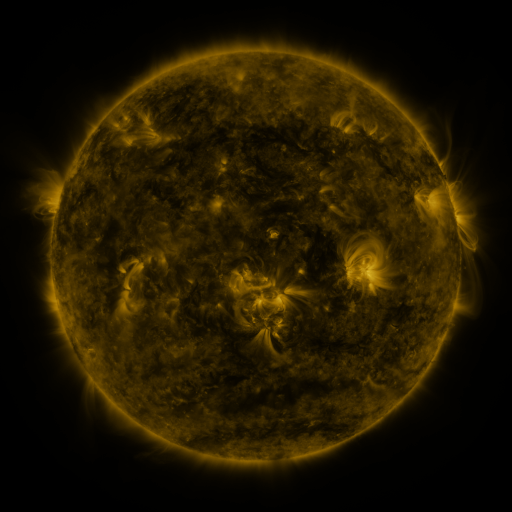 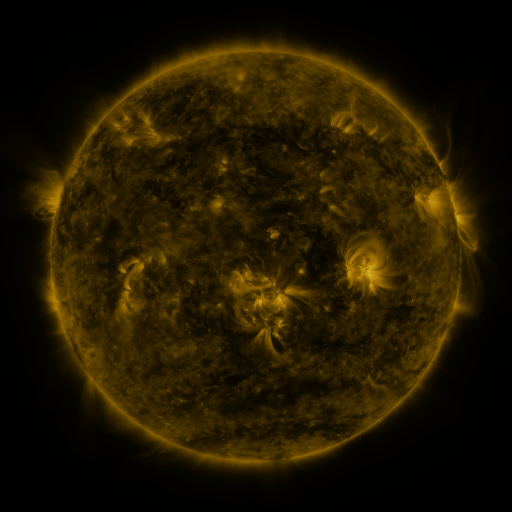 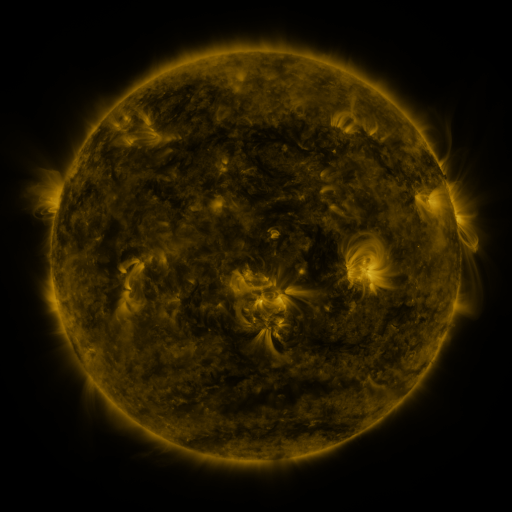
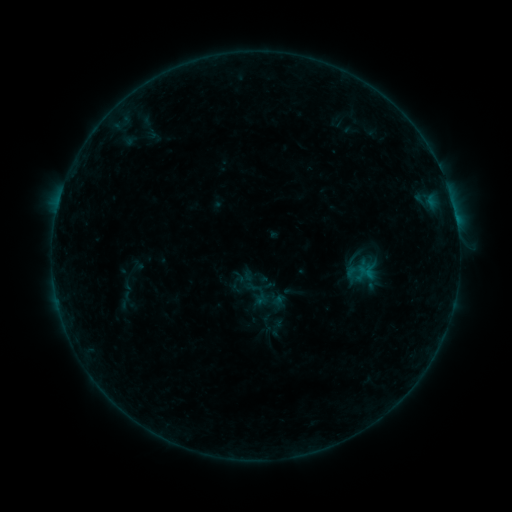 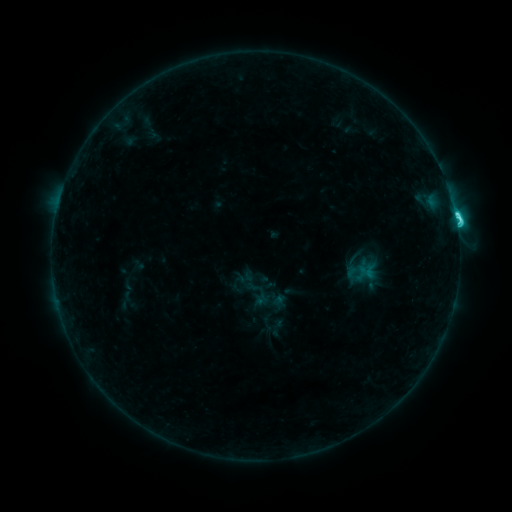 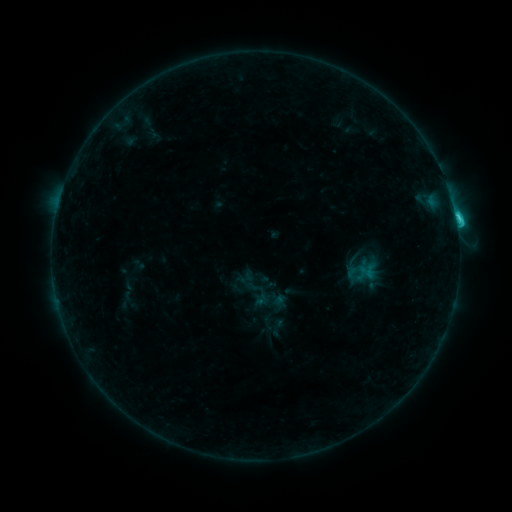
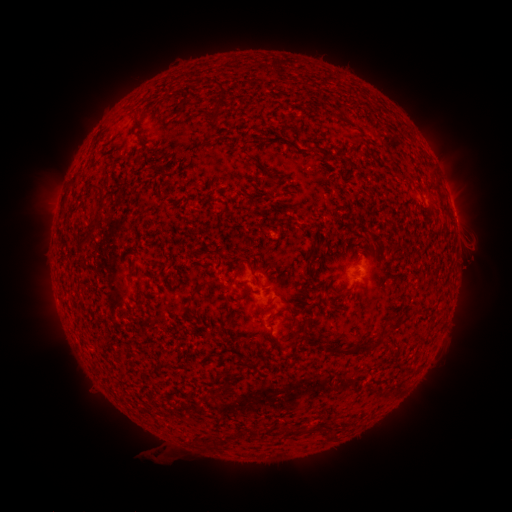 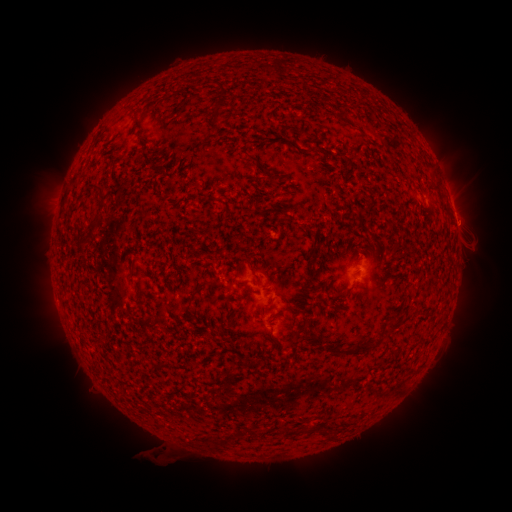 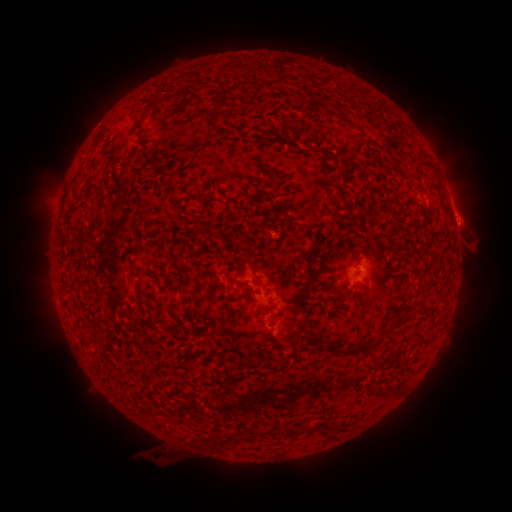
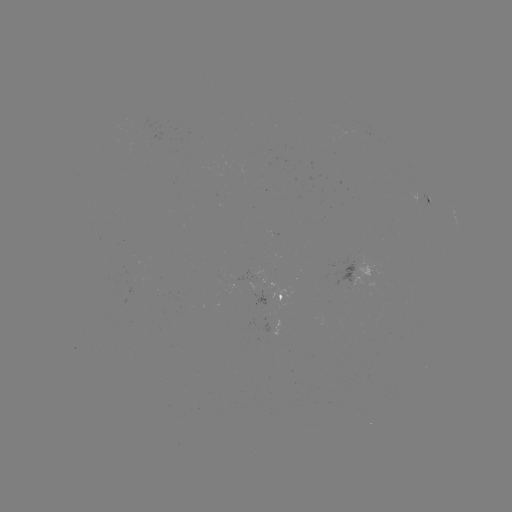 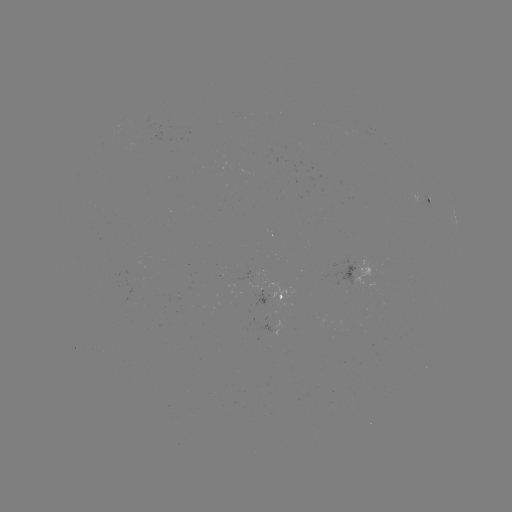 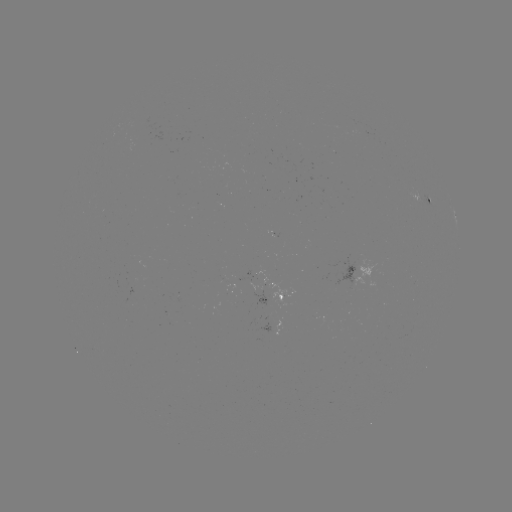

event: flare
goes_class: C4.7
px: (455, 220)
